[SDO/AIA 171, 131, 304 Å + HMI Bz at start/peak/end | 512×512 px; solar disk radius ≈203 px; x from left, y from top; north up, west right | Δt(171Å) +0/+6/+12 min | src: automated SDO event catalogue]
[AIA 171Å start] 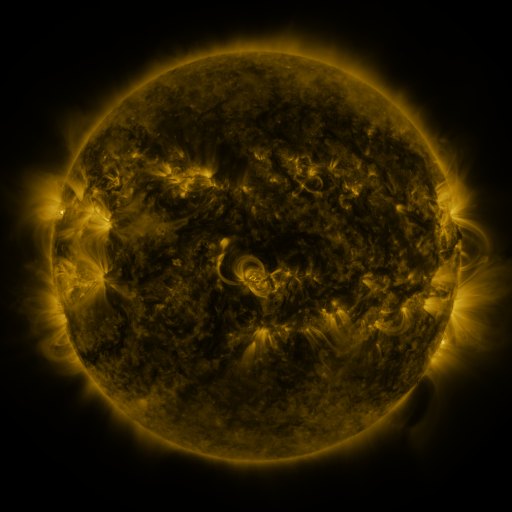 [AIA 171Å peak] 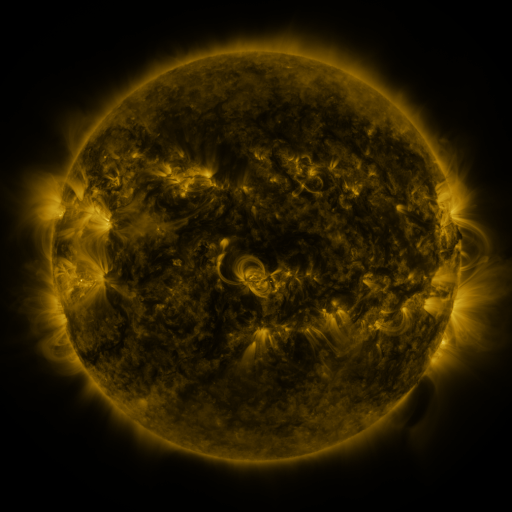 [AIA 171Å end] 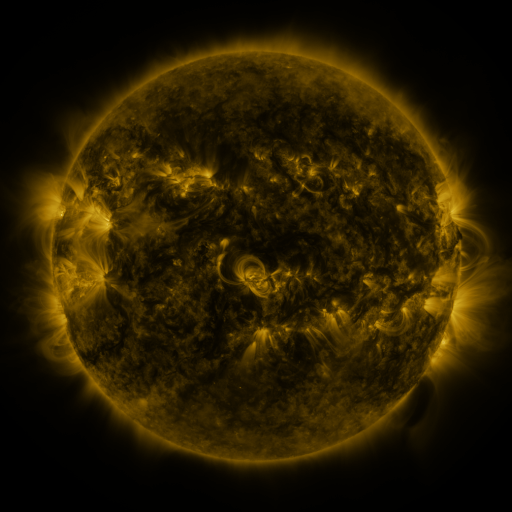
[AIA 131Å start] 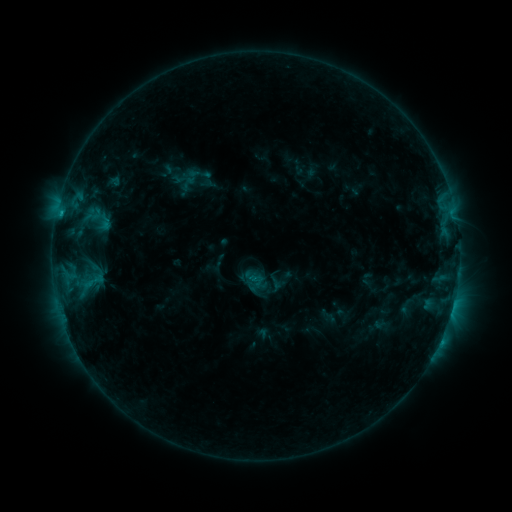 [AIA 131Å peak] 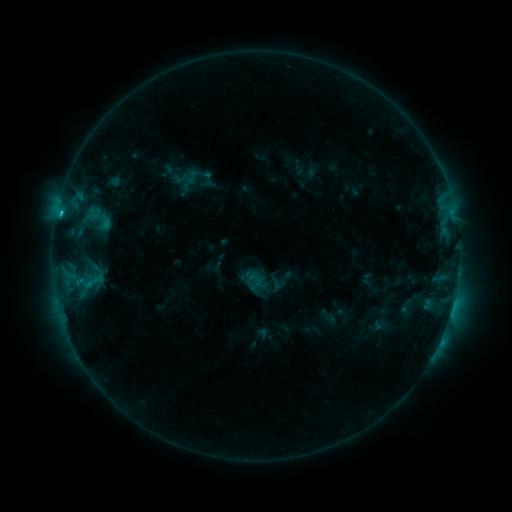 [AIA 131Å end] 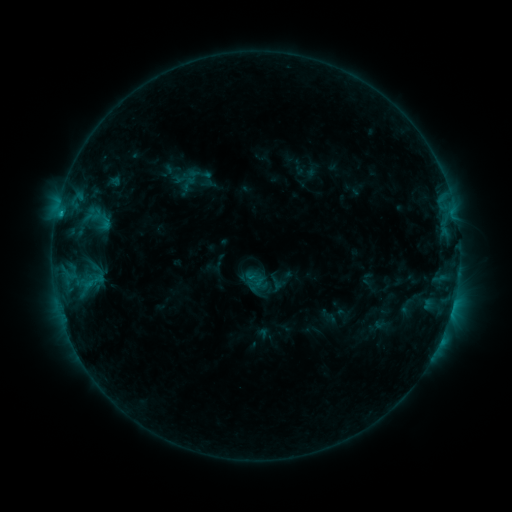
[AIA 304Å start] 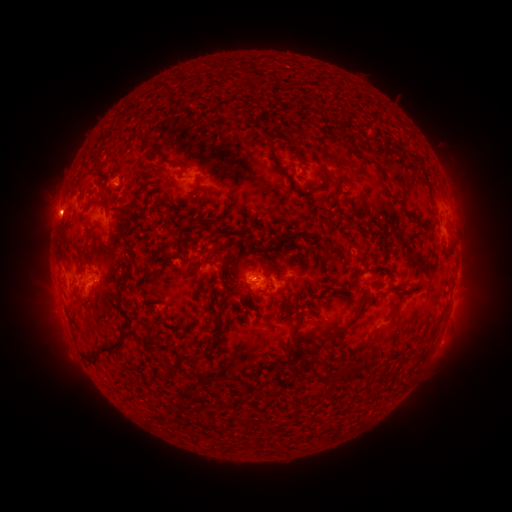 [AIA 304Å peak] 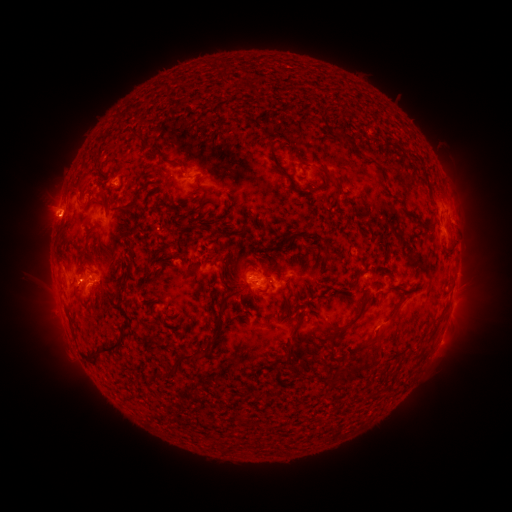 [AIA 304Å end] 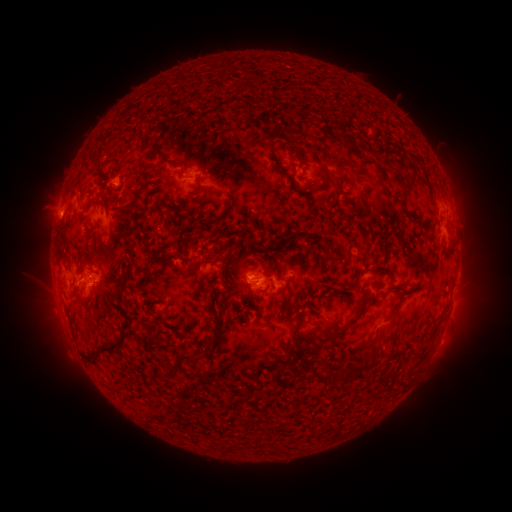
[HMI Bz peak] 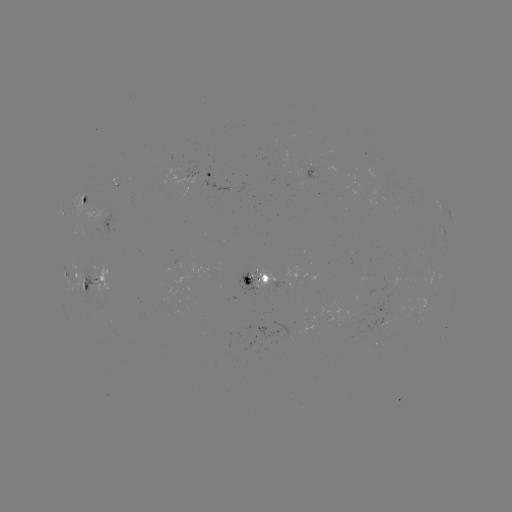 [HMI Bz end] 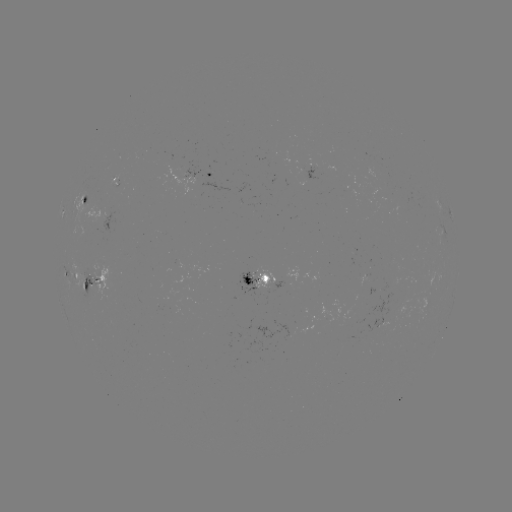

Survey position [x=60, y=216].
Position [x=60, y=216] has C1.2 flare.